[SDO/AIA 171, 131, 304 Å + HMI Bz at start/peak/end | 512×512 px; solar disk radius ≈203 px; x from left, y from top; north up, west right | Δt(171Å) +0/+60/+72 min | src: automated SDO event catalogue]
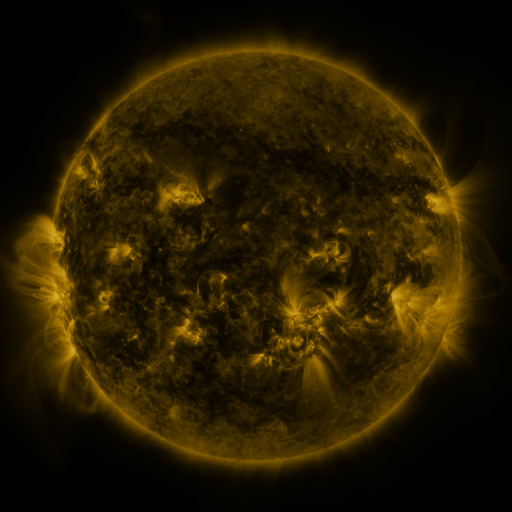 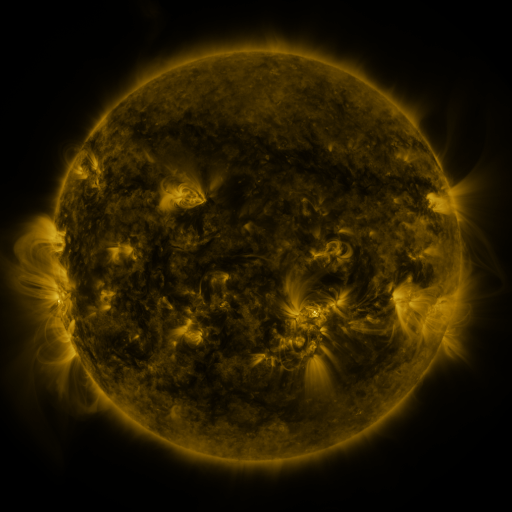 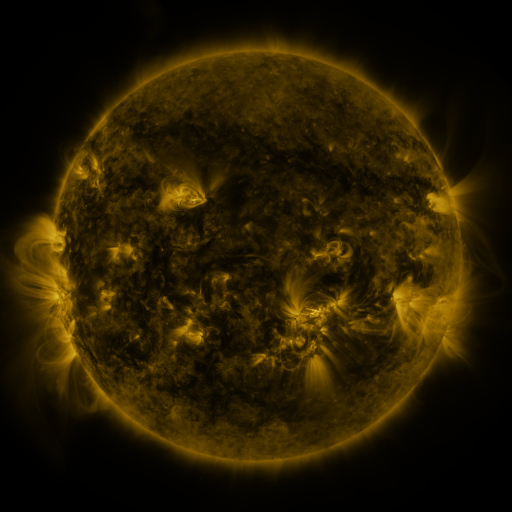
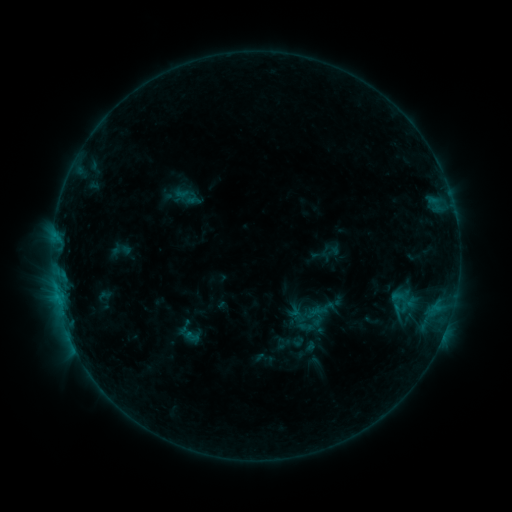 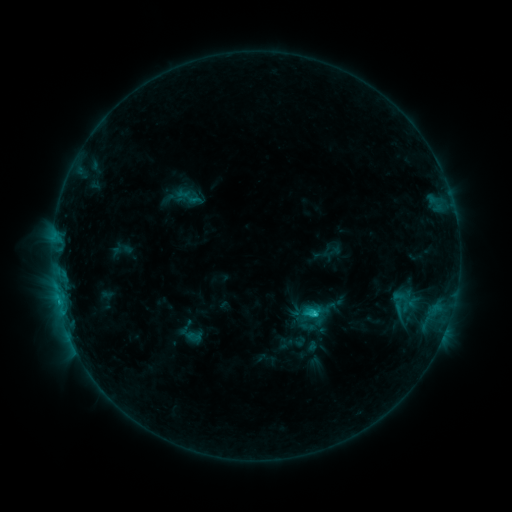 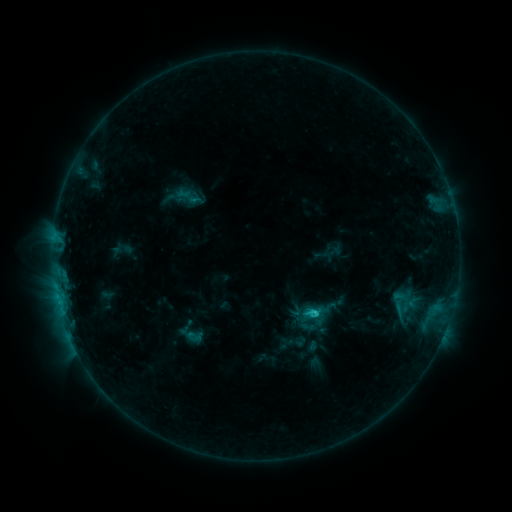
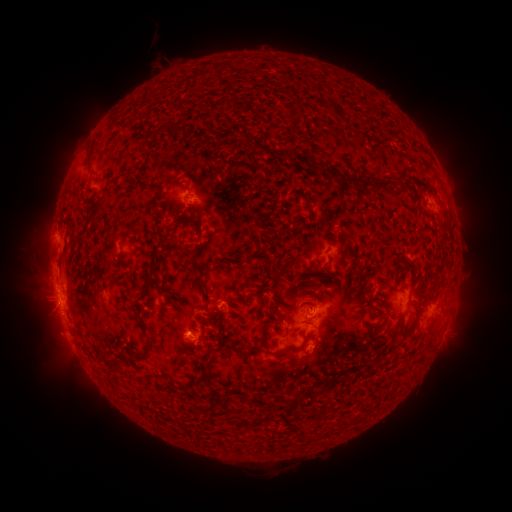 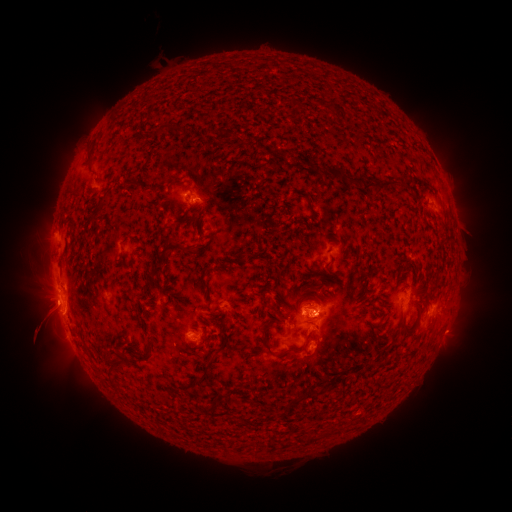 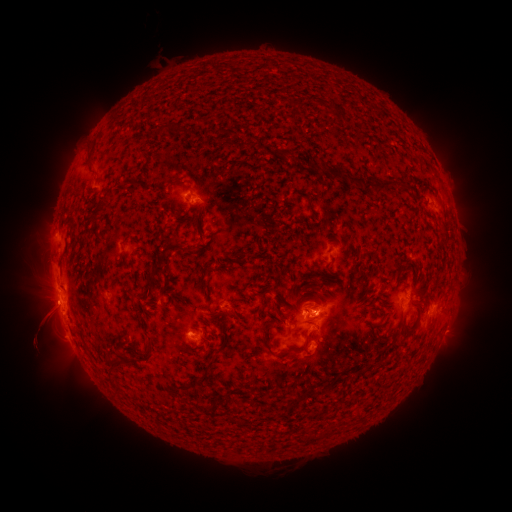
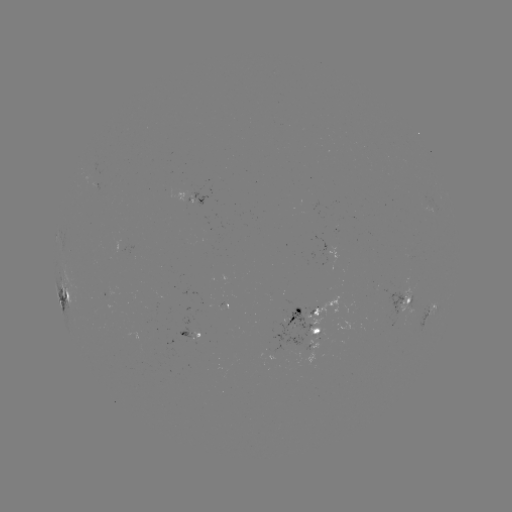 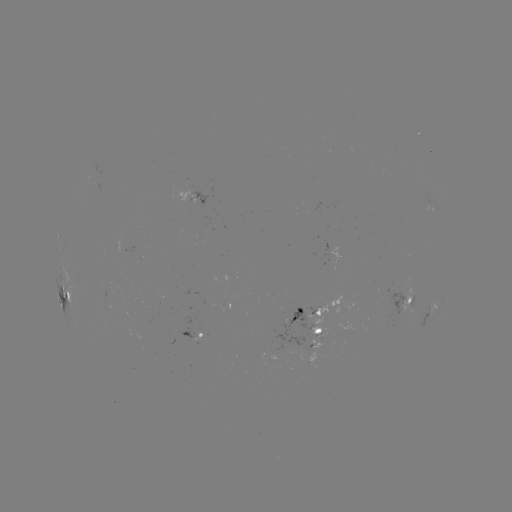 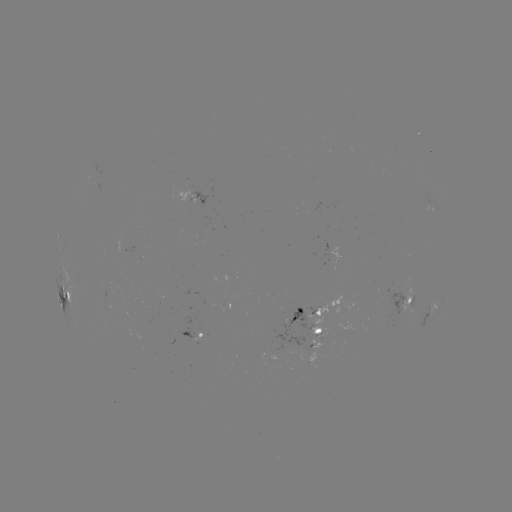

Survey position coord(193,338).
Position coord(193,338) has emerging-flux region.